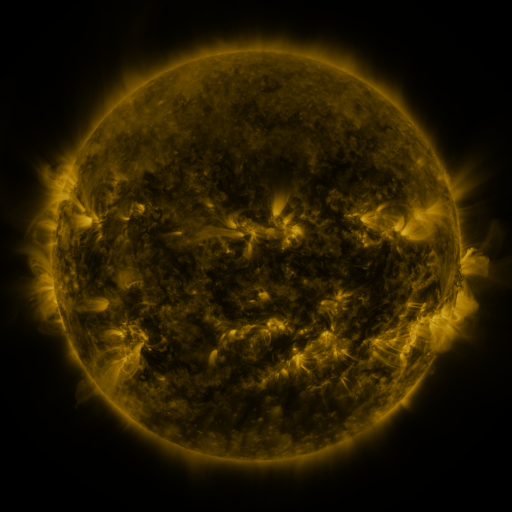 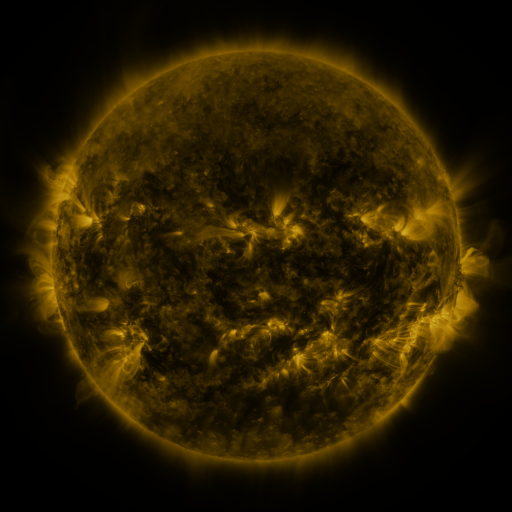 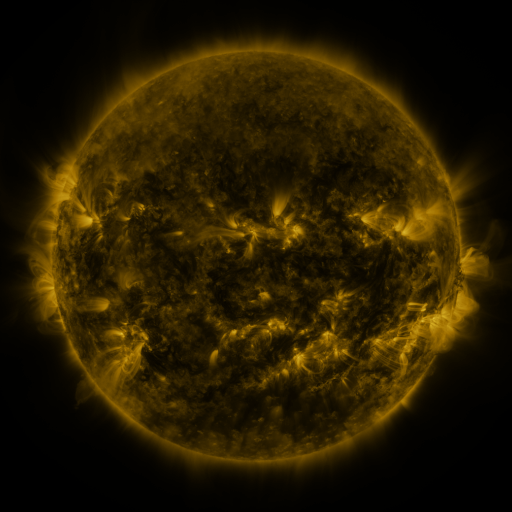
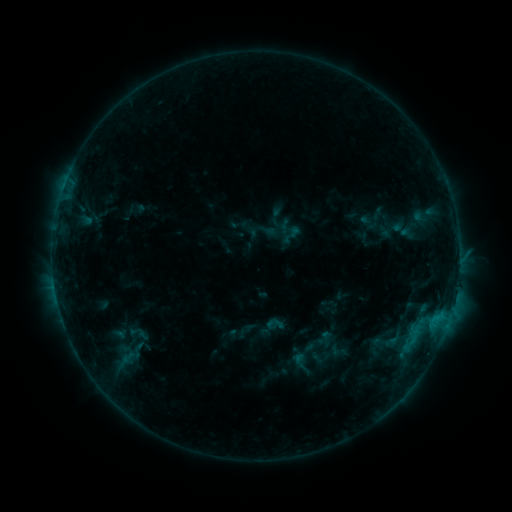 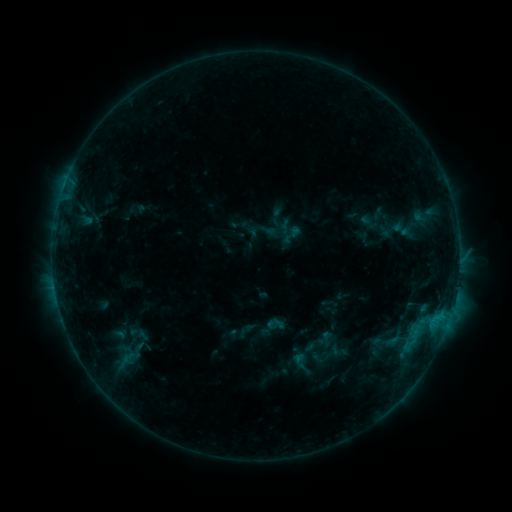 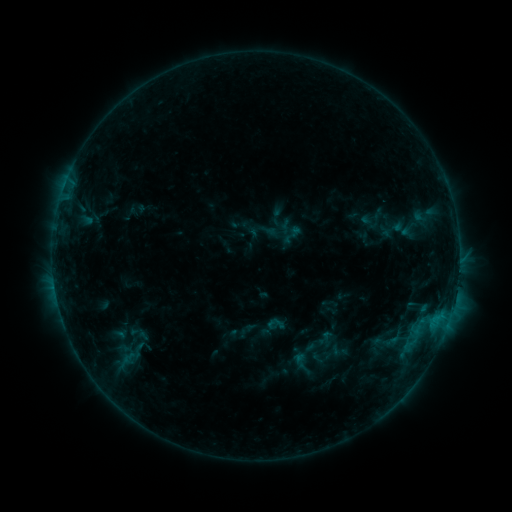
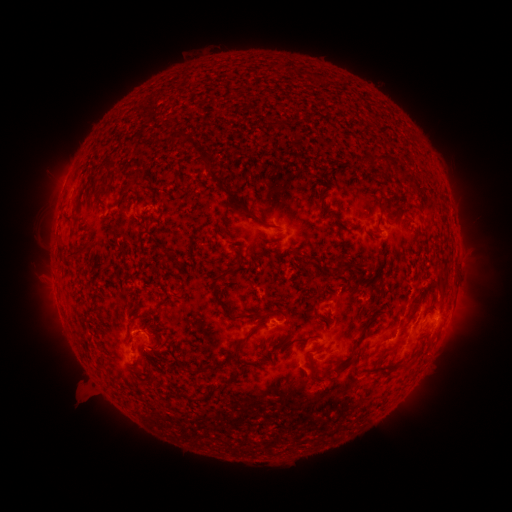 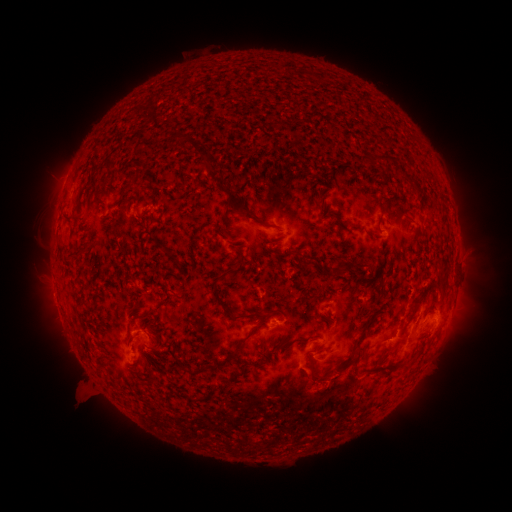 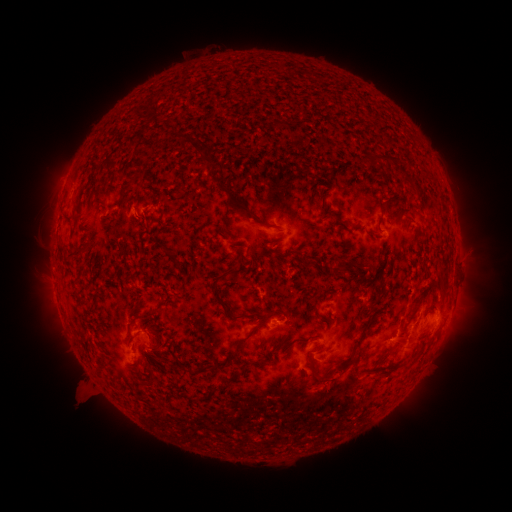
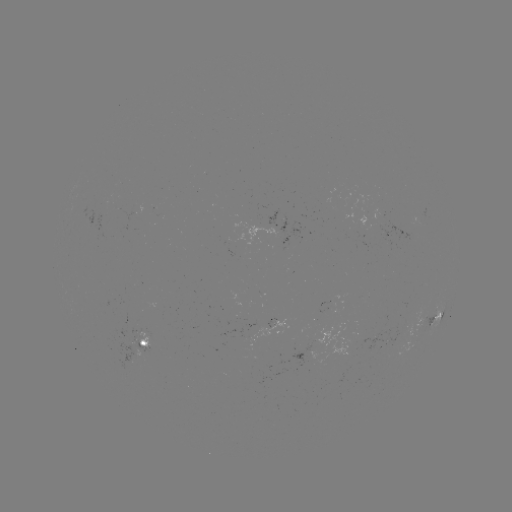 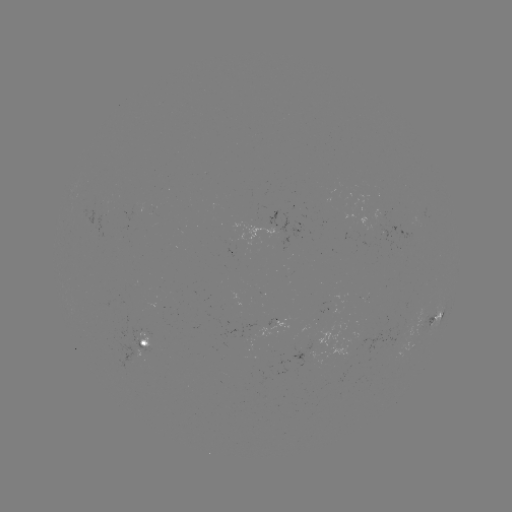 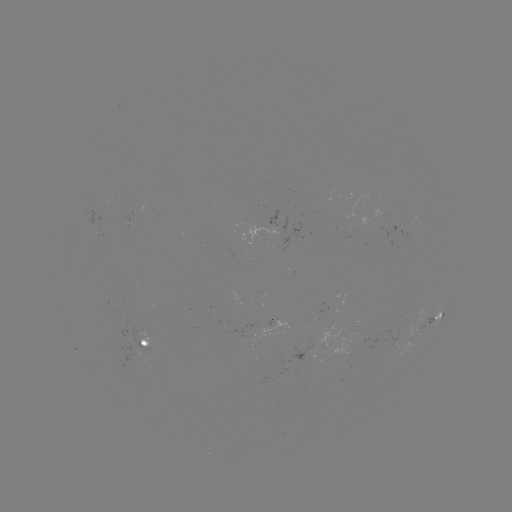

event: eruption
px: (327, 388)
